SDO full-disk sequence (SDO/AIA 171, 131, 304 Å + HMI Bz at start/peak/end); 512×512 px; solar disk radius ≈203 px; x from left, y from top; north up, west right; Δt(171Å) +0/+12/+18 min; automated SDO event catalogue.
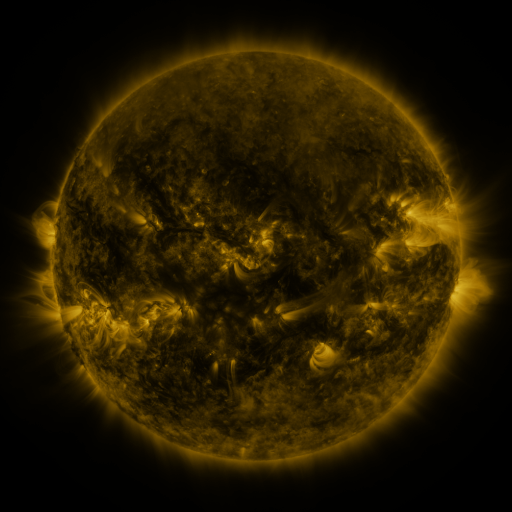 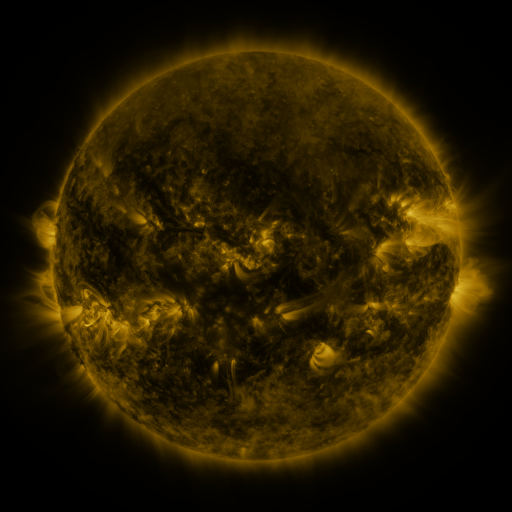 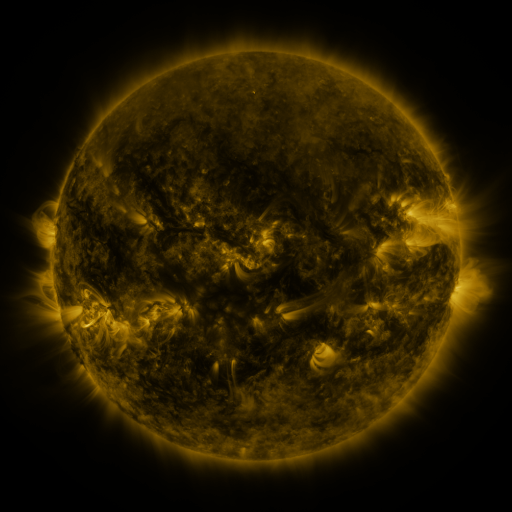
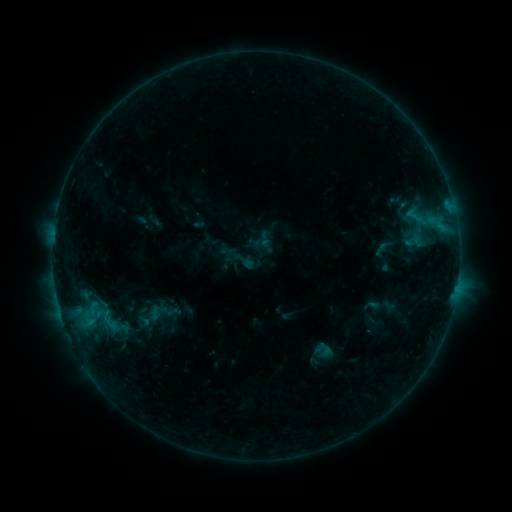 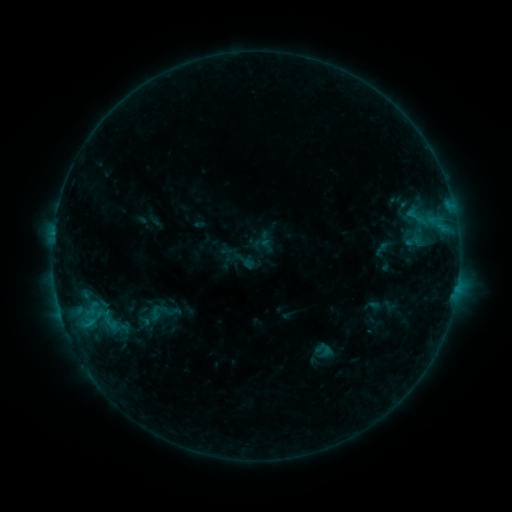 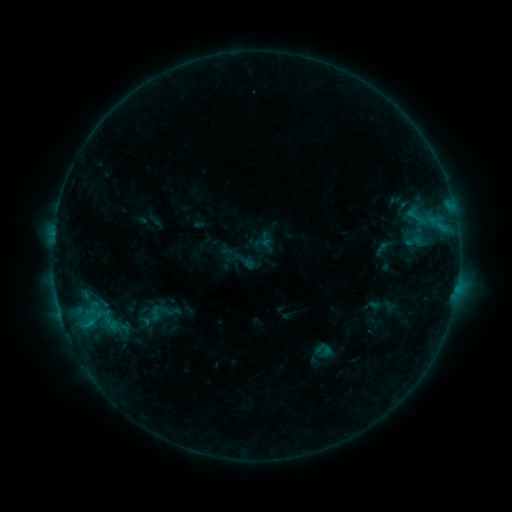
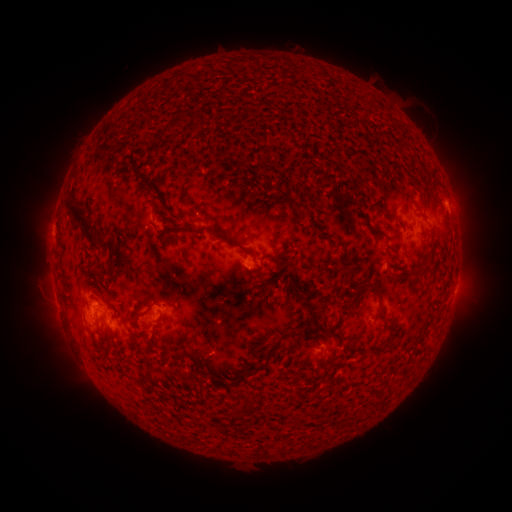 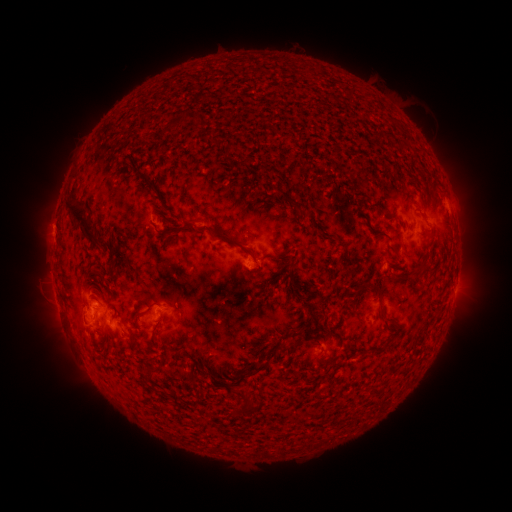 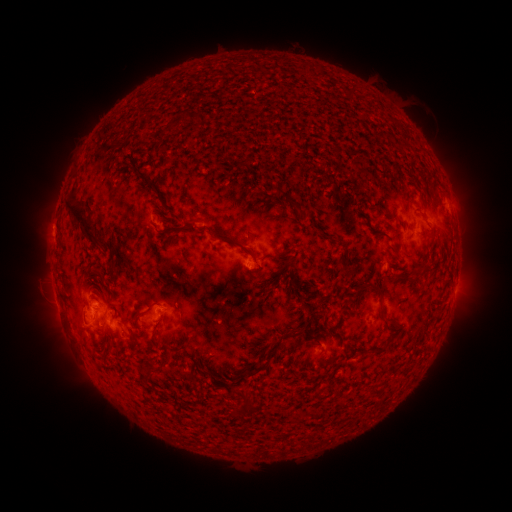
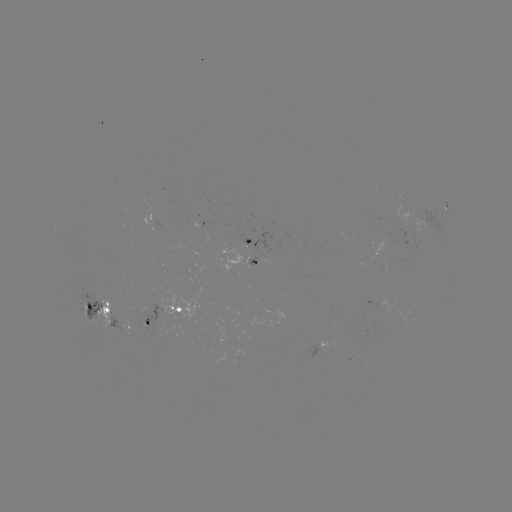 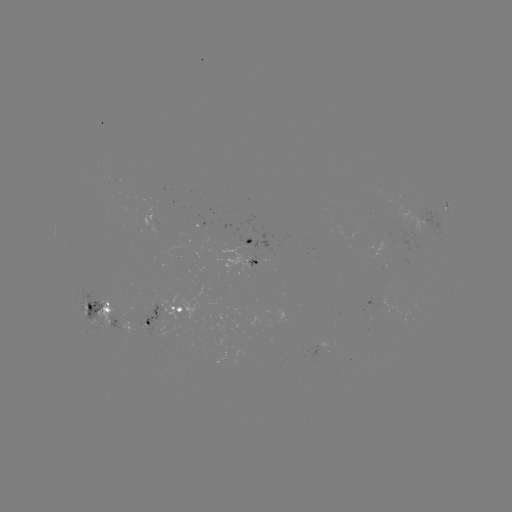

no classed flare was catalogued and no EUV brightening was flagged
